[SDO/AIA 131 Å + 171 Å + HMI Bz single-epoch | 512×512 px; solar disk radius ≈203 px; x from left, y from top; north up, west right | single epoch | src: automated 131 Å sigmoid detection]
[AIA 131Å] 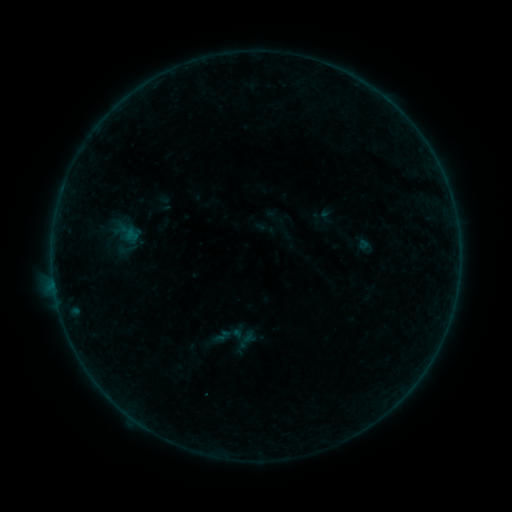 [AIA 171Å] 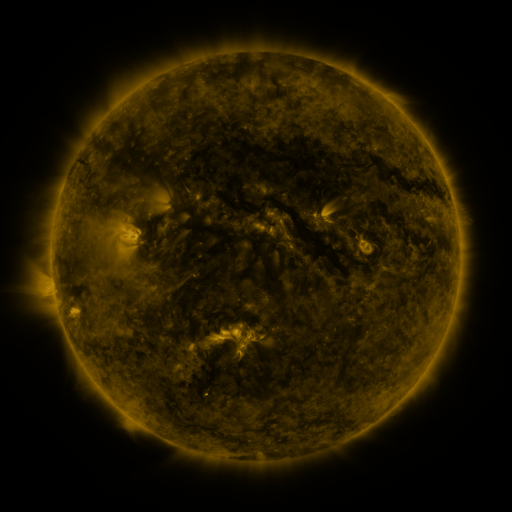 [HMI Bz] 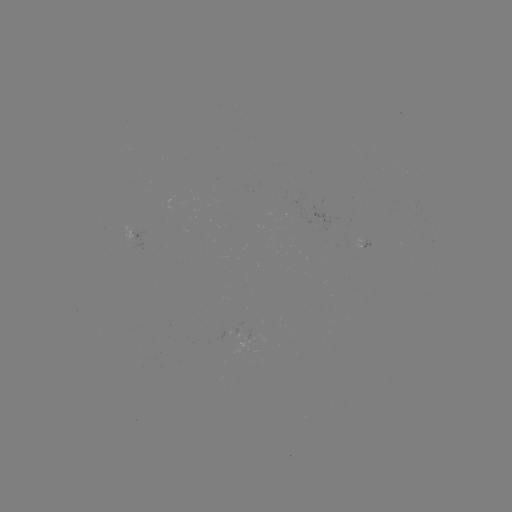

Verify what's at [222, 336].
sigmoid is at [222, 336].